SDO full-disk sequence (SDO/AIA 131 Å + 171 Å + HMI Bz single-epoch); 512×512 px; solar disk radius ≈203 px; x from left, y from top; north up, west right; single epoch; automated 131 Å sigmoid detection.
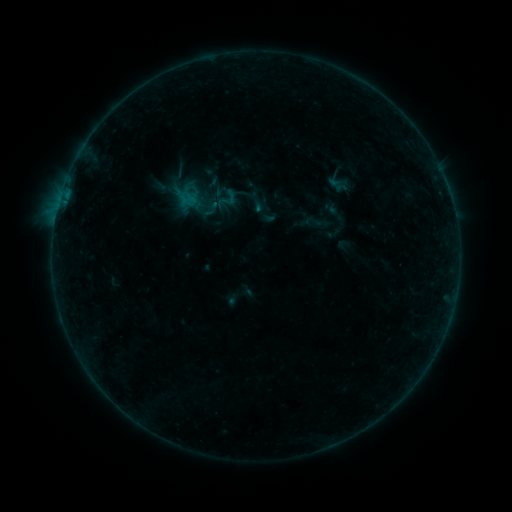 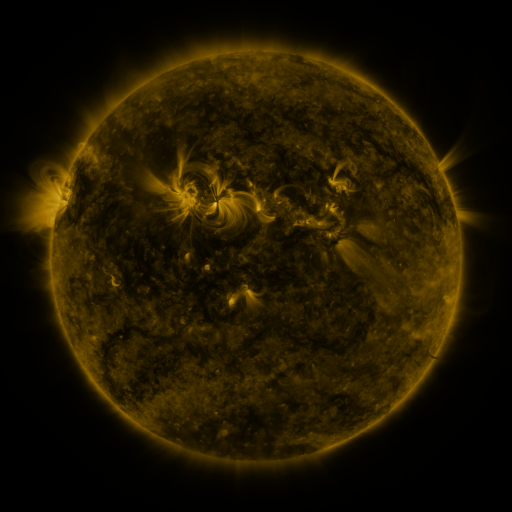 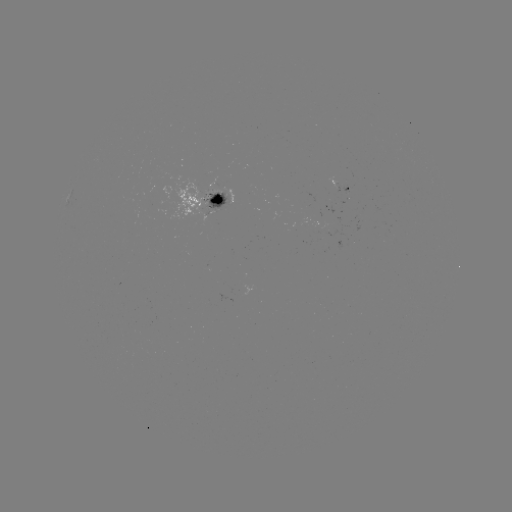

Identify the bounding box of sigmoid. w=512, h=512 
[214, 187, 239, 211].